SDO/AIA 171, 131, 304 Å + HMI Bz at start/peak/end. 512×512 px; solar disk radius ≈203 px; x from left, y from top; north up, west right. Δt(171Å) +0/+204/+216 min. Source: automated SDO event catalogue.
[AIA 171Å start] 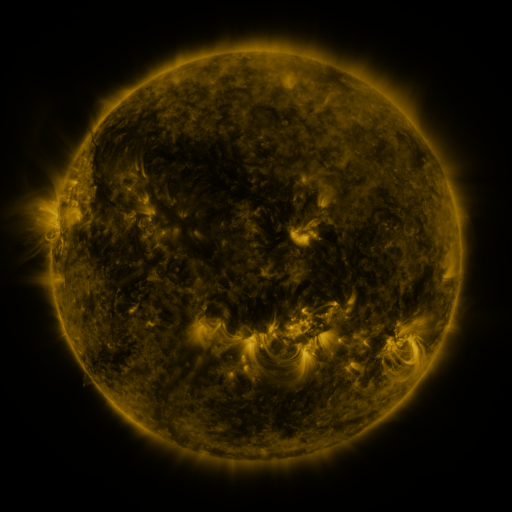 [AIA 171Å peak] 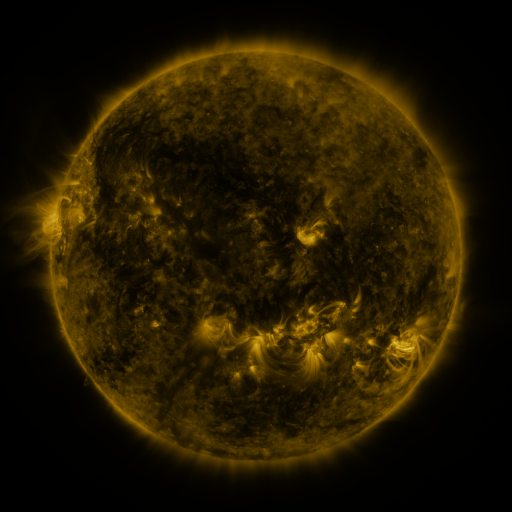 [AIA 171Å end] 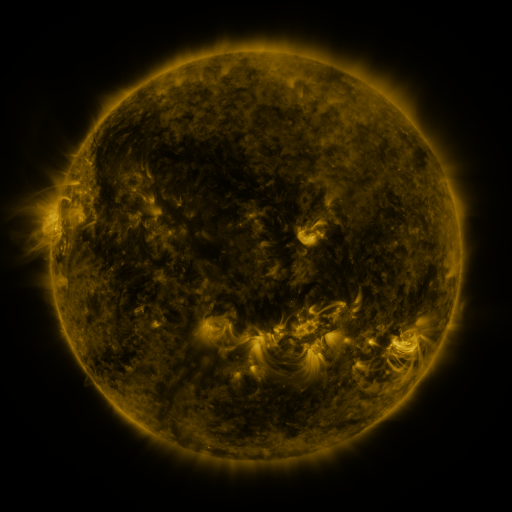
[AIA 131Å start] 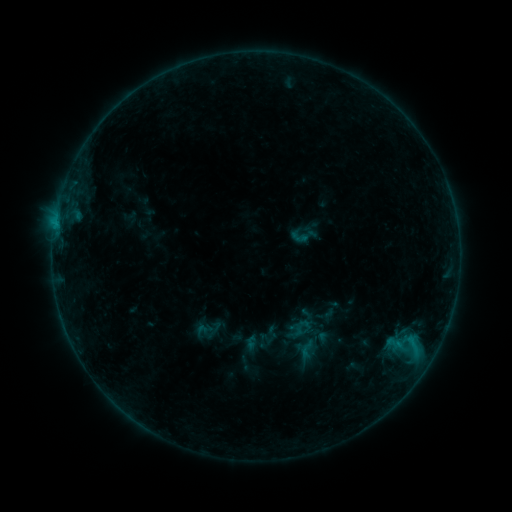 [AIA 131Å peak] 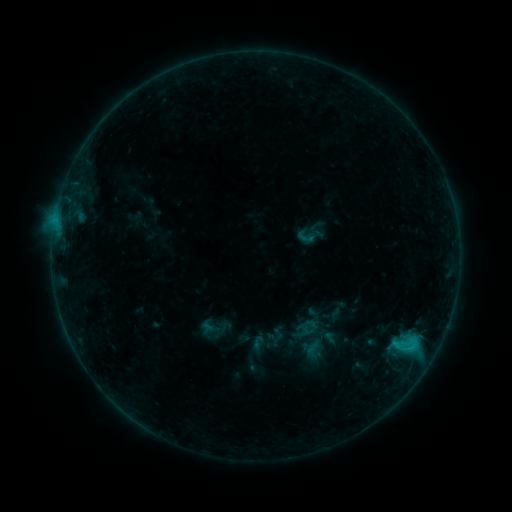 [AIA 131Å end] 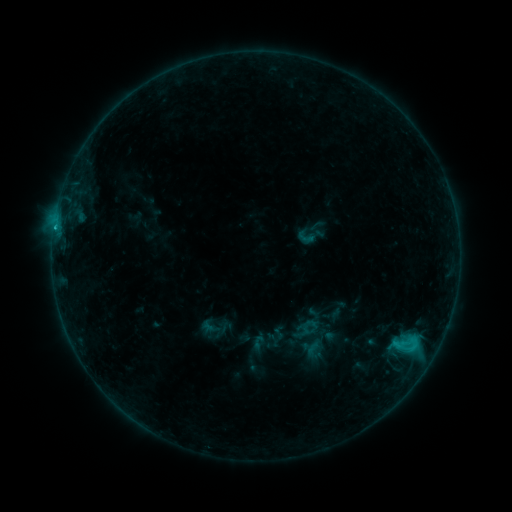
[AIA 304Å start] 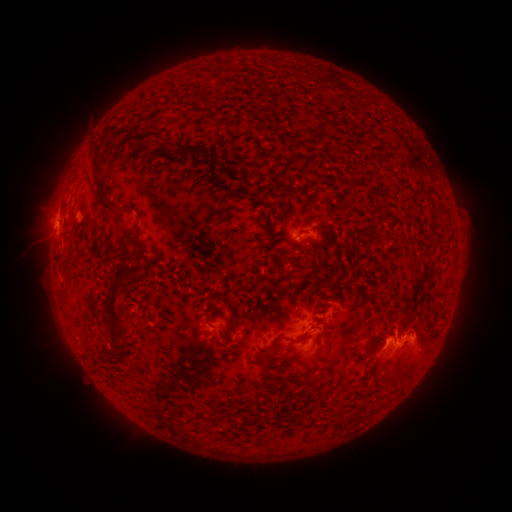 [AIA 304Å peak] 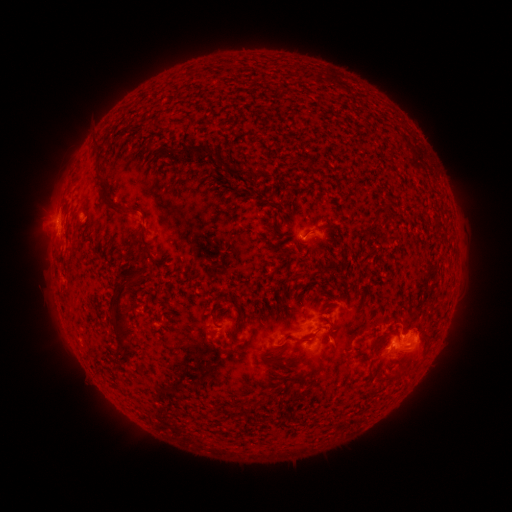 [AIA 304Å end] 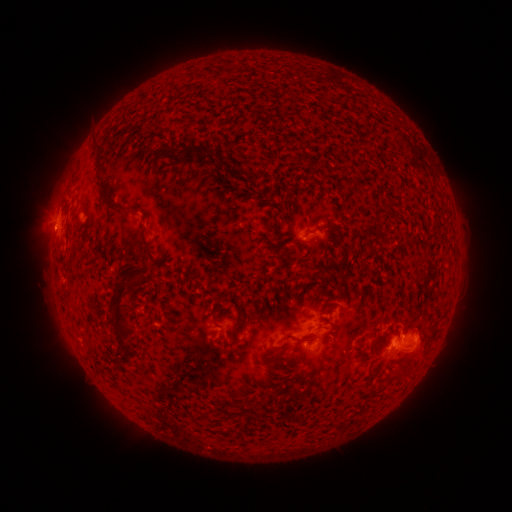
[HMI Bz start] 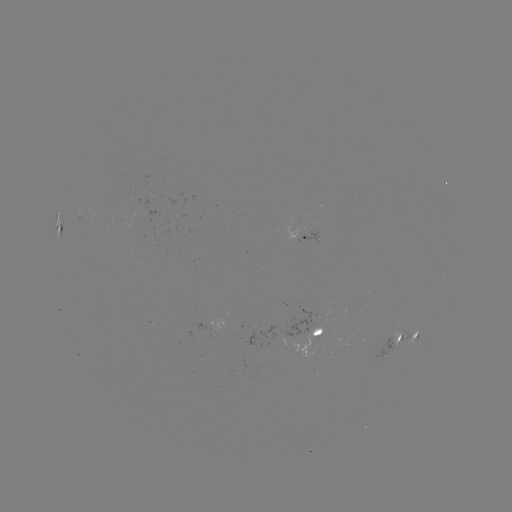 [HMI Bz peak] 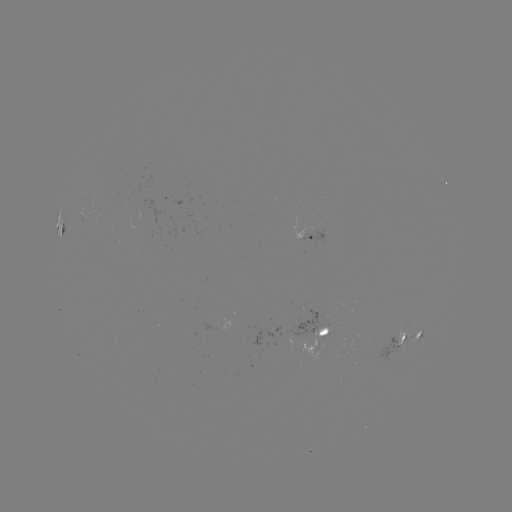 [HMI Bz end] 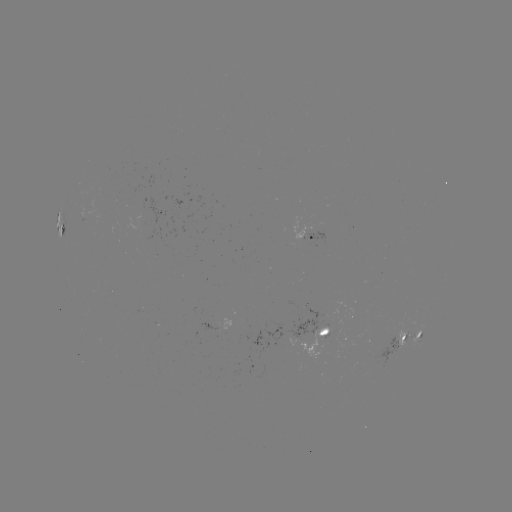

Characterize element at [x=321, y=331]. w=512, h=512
emerging-flux region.